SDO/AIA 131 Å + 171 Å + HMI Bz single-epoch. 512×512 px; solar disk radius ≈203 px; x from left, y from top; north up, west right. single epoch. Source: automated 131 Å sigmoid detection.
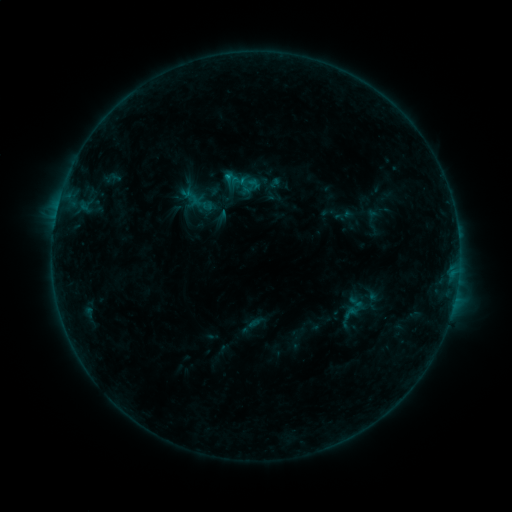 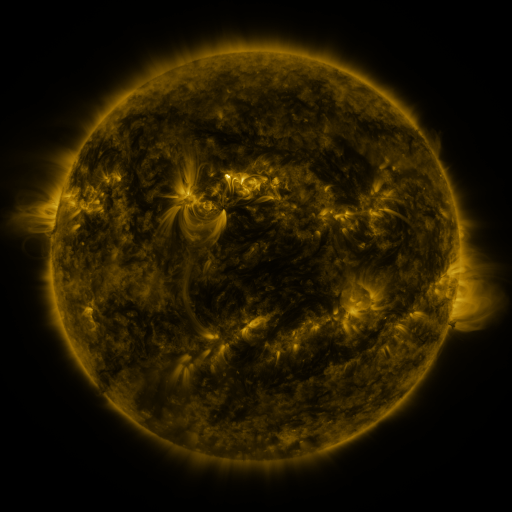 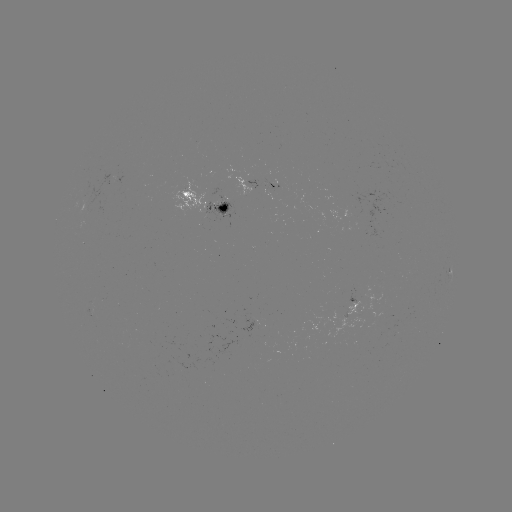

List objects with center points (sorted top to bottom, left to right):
sigmoid: (341, 303, 362, 325)
